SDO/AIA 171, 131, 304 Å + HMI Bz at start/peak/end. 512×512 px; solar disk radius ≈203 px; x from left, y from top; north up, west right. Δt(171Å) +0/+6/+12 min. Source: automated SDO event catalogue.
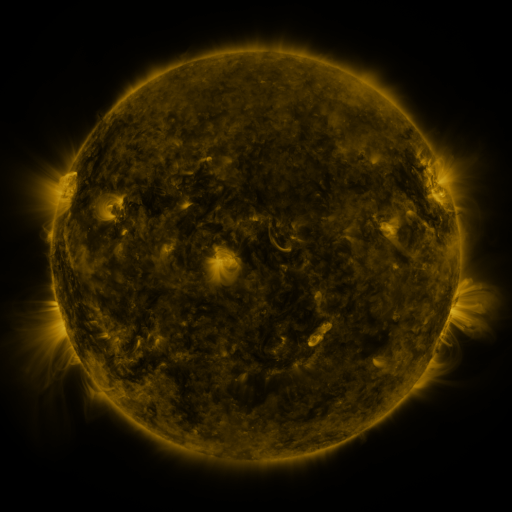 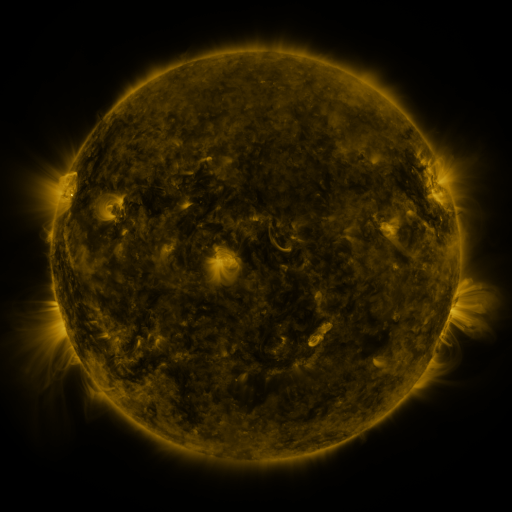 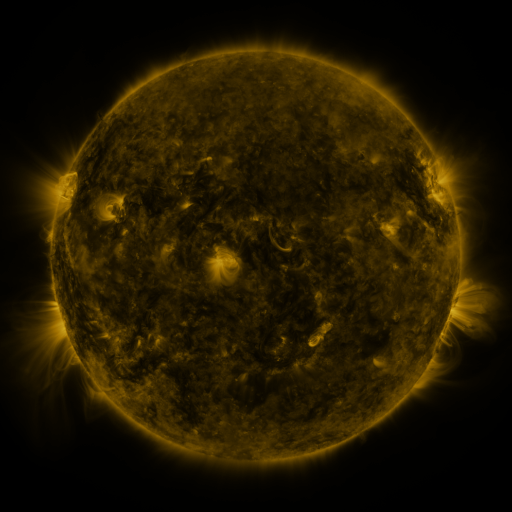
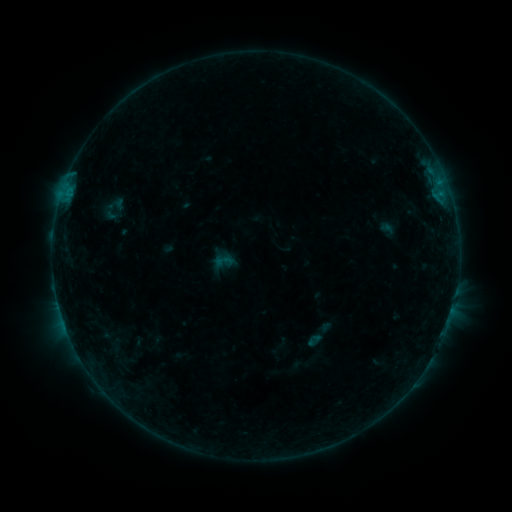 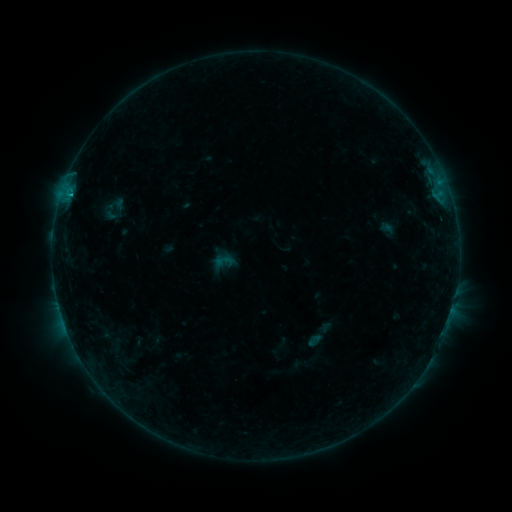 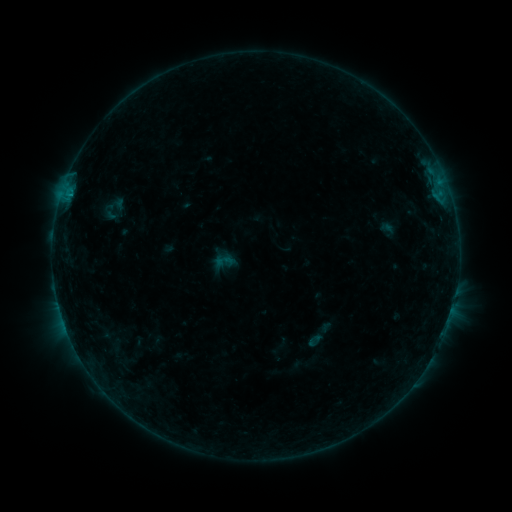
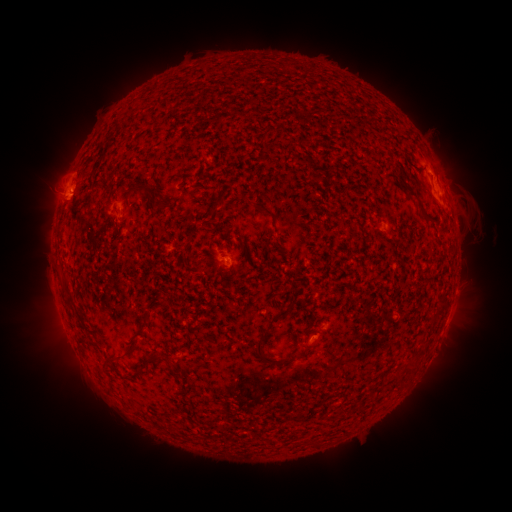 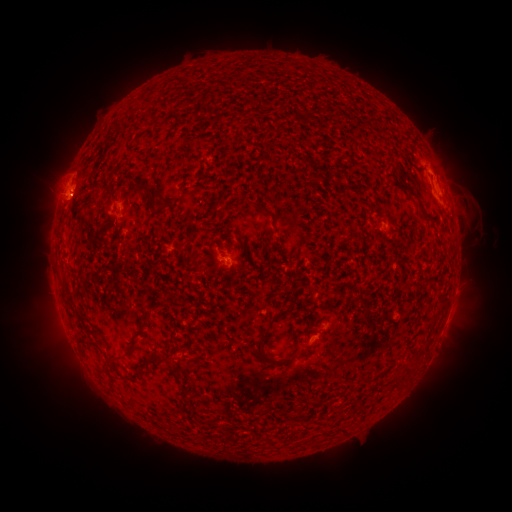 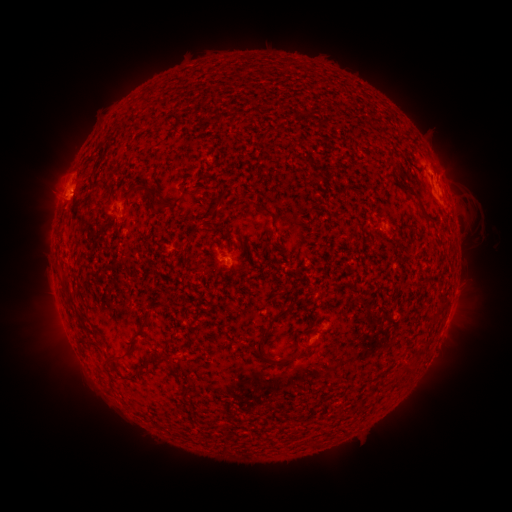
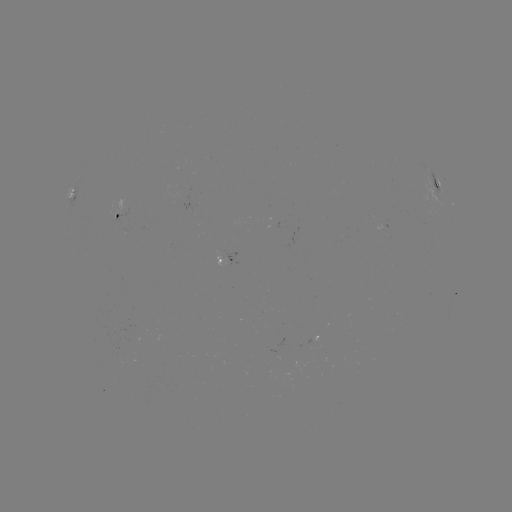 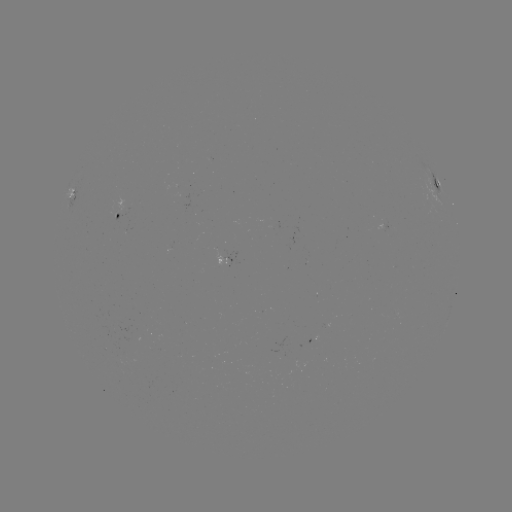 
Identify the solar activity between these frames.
B5.5 flare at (70, 199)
